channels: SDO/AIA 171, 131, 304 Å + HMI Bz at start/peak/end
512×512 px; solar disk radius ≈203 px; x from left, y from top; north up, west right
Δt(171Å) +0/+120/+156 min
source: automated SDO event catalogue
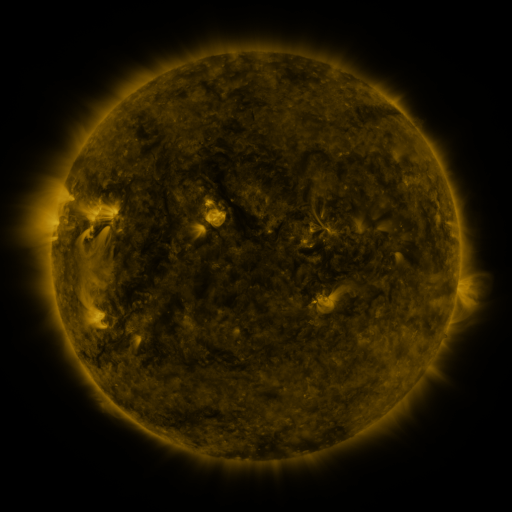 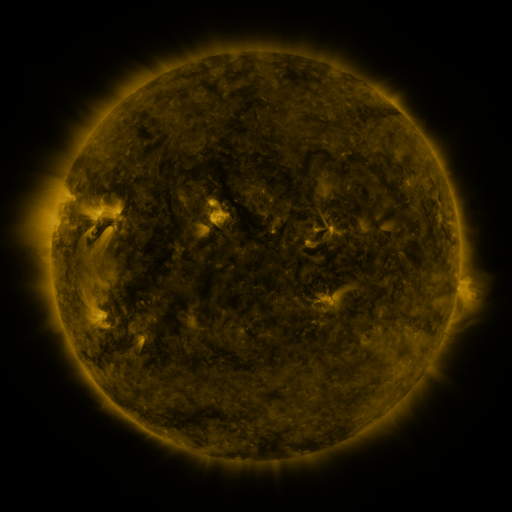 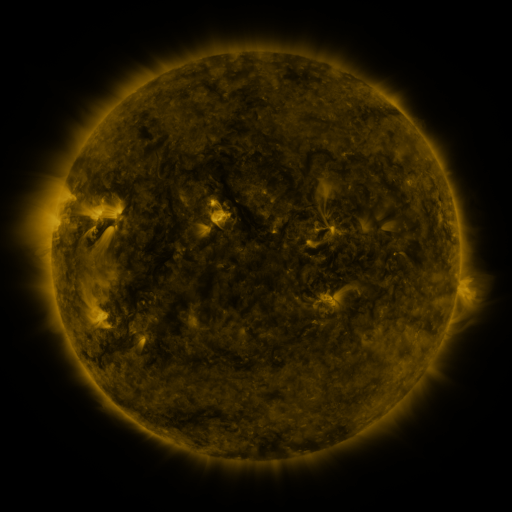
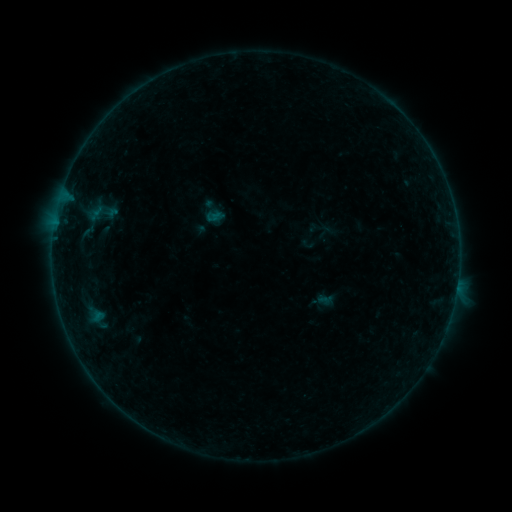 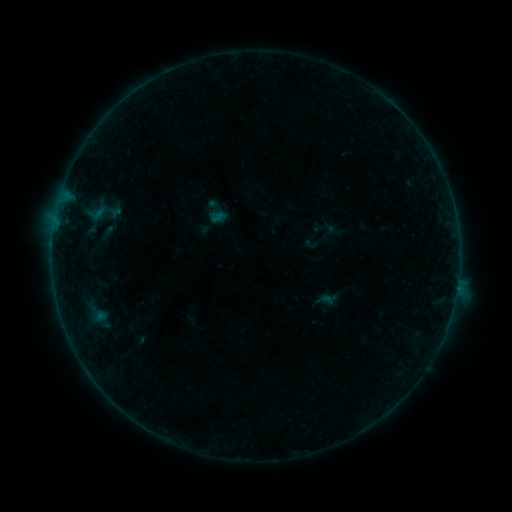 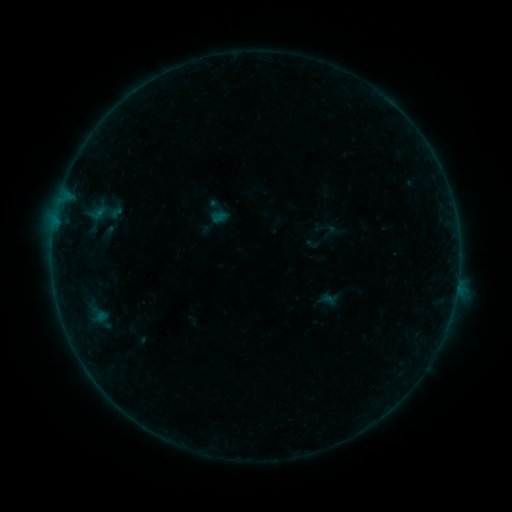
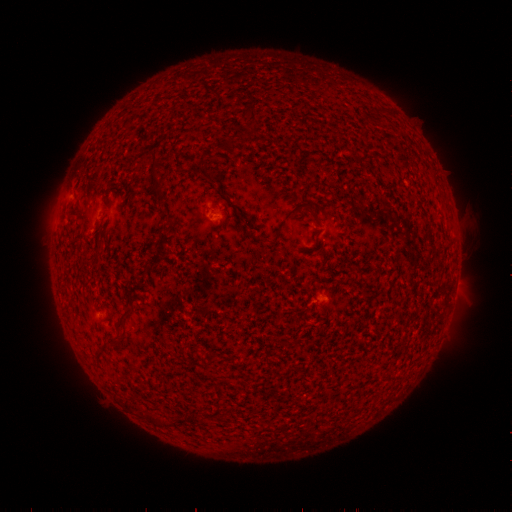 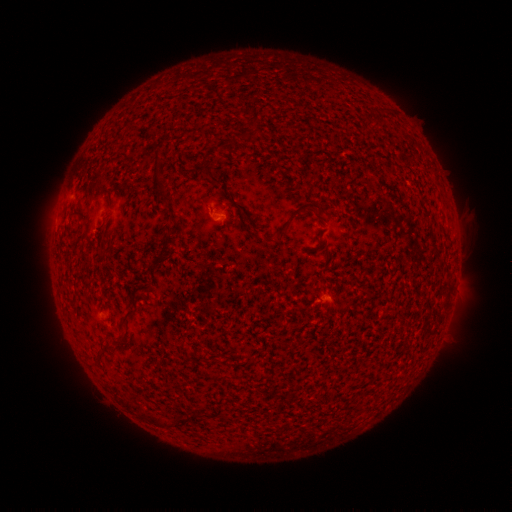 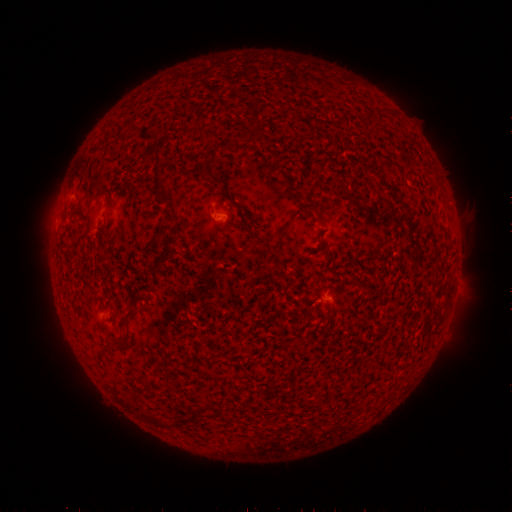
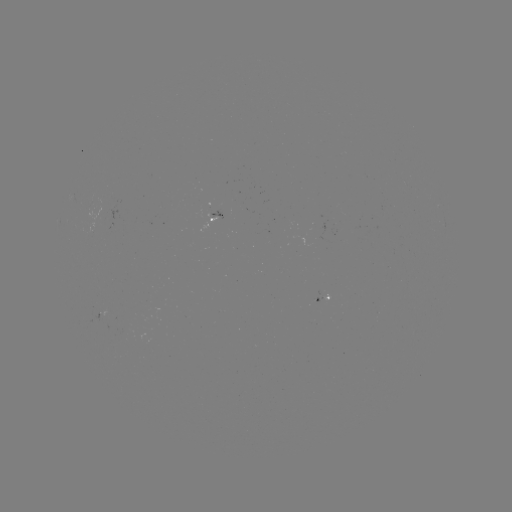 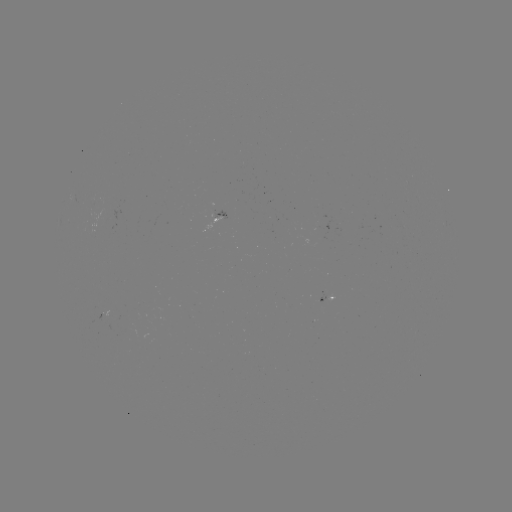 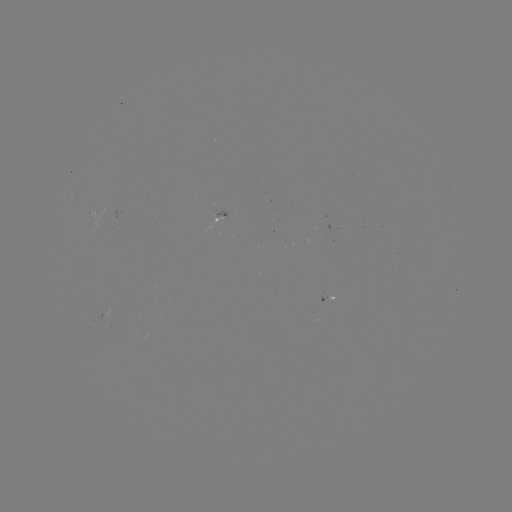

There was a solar emerging-flux region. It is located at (213, 216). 